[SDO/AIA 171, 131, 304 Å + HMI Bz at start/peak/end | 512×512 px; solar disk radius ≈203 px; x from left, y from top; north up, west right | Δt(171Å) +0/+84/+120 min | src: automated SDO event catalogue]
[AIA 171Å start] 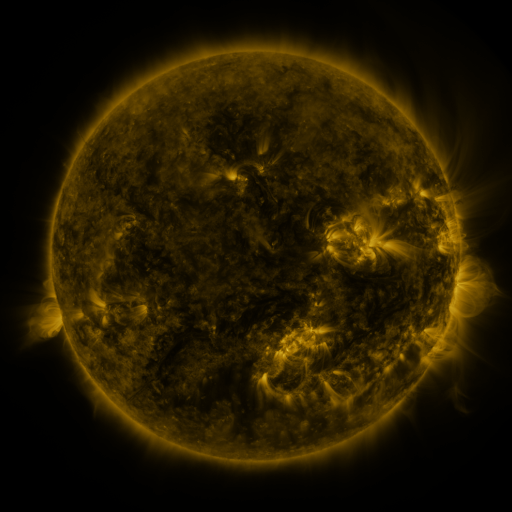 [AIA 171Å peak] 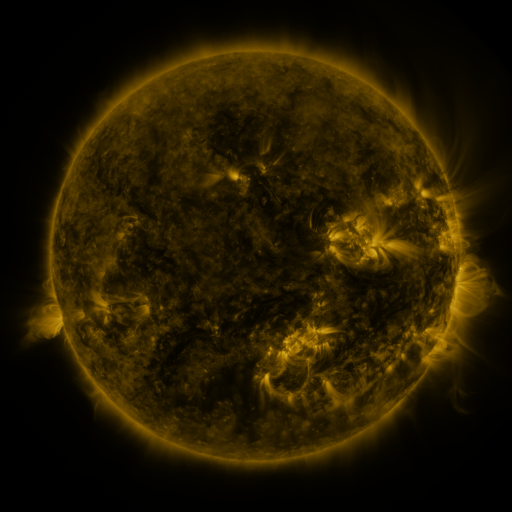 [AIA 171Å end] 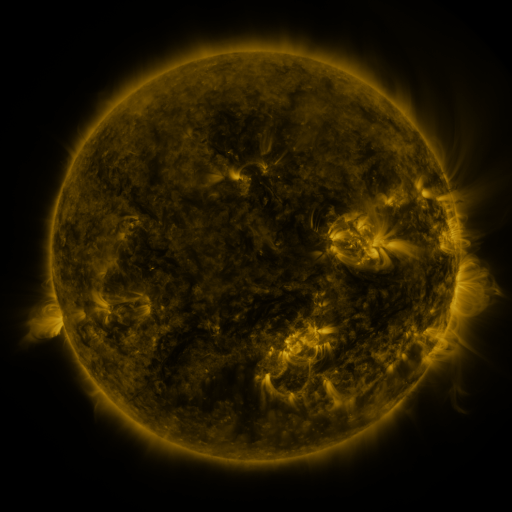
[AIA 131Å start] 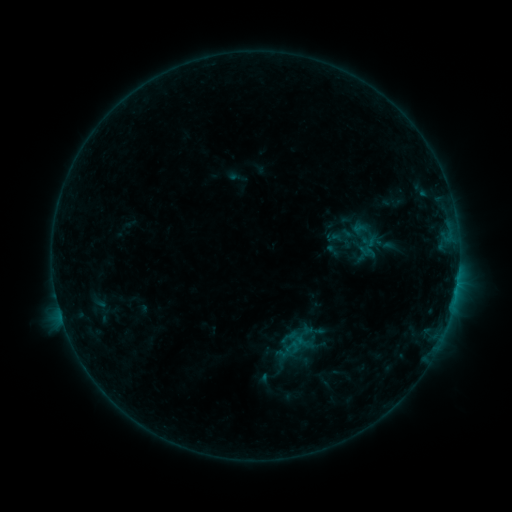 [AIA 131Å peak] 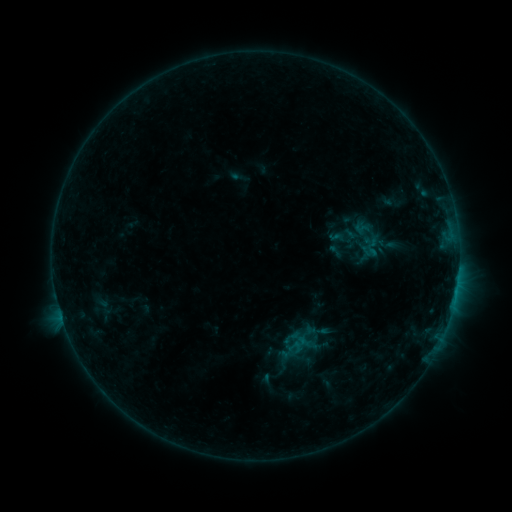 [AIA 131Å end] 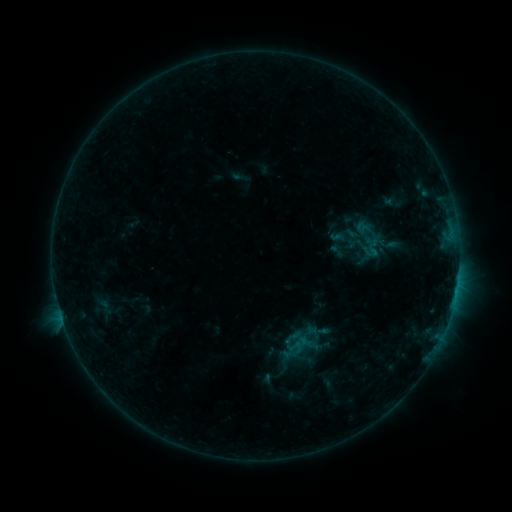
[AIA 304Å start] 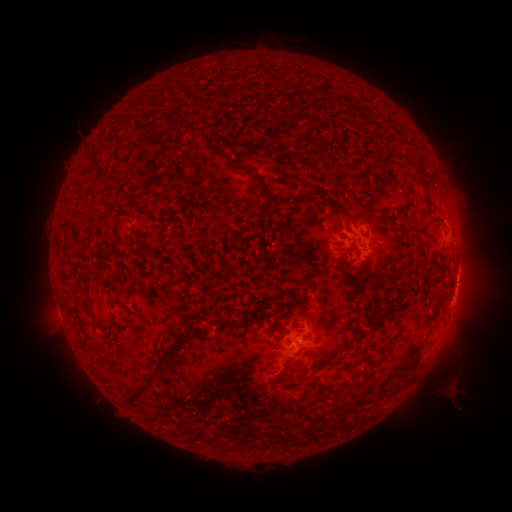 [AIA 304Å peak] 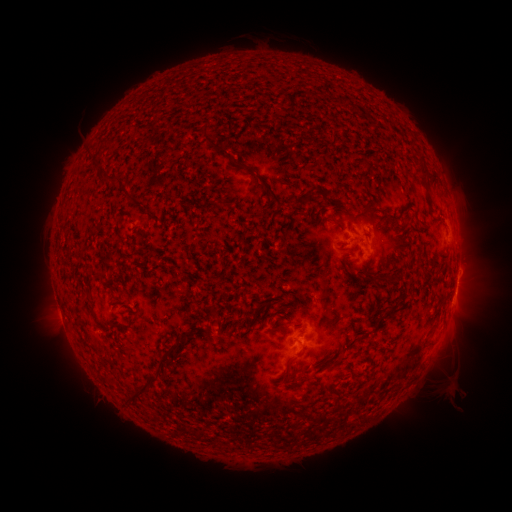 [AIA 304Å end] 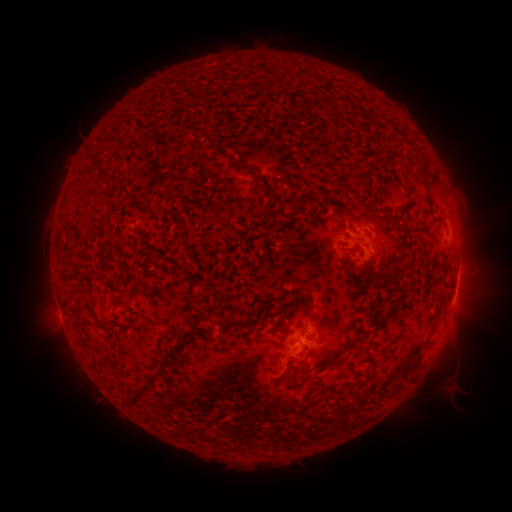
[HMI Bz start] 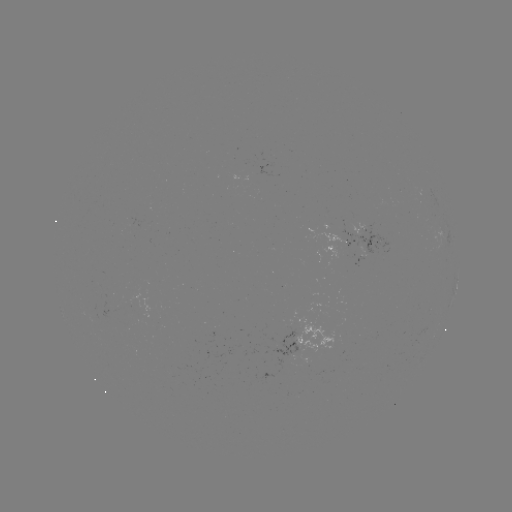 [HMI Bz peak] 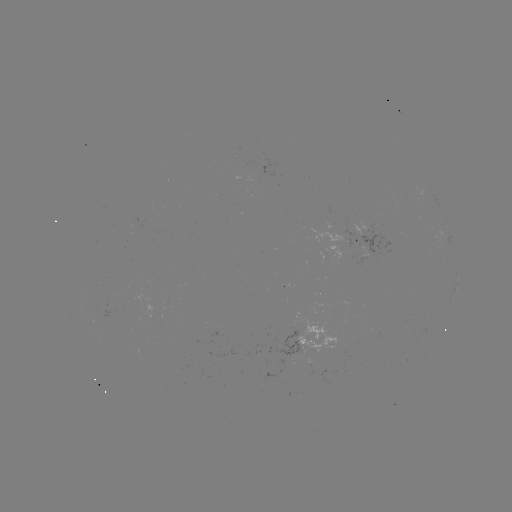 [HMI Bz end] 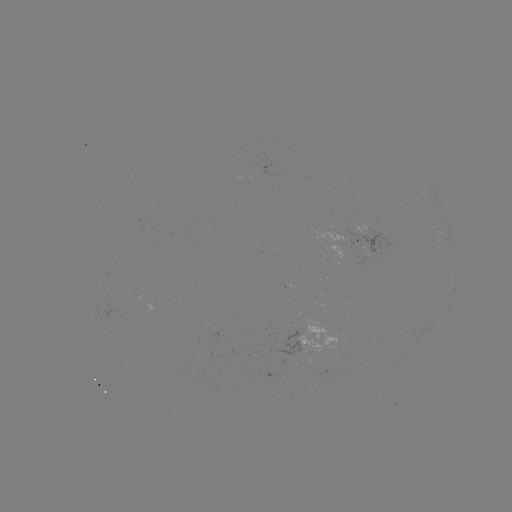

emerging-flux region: (306, 226, 348, 246)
